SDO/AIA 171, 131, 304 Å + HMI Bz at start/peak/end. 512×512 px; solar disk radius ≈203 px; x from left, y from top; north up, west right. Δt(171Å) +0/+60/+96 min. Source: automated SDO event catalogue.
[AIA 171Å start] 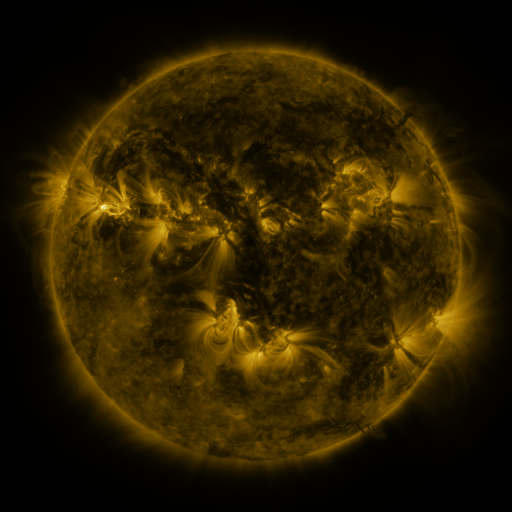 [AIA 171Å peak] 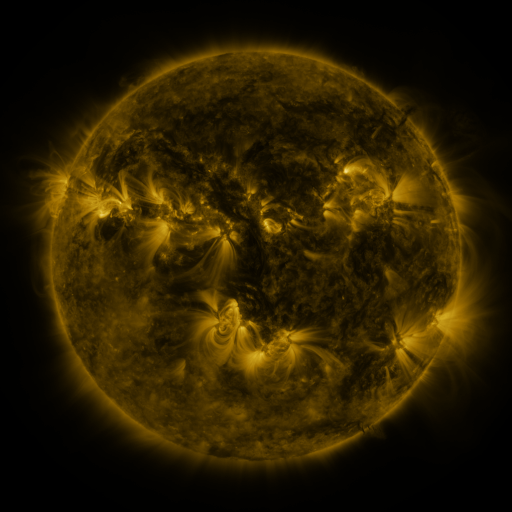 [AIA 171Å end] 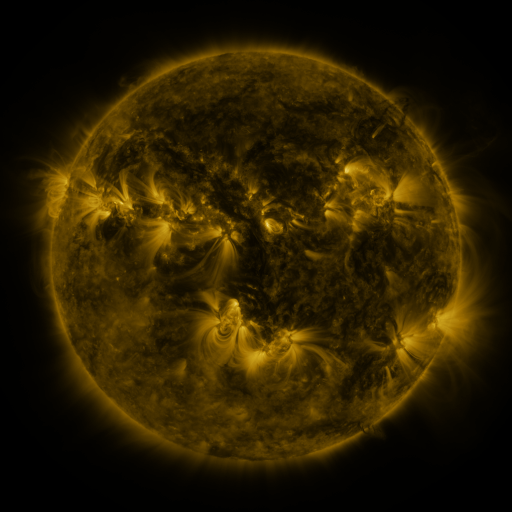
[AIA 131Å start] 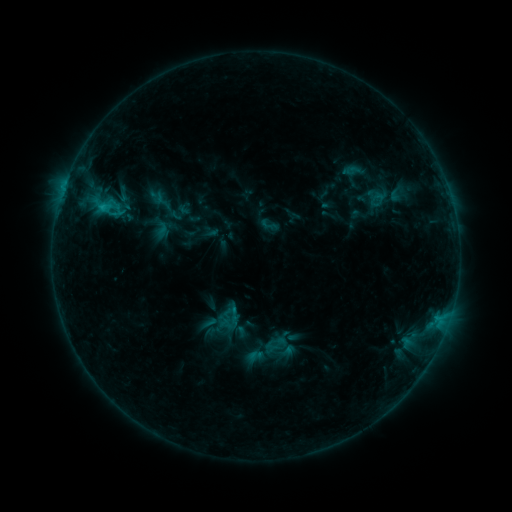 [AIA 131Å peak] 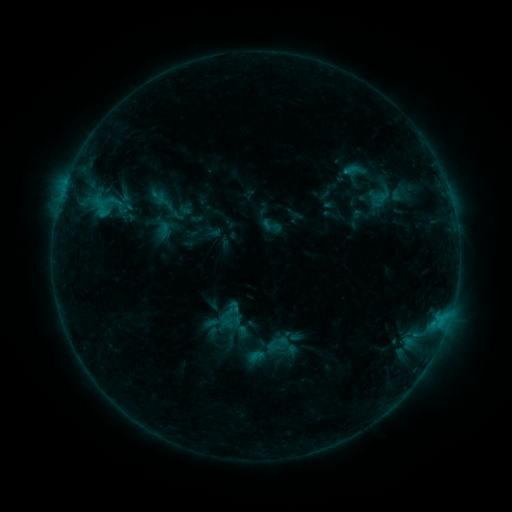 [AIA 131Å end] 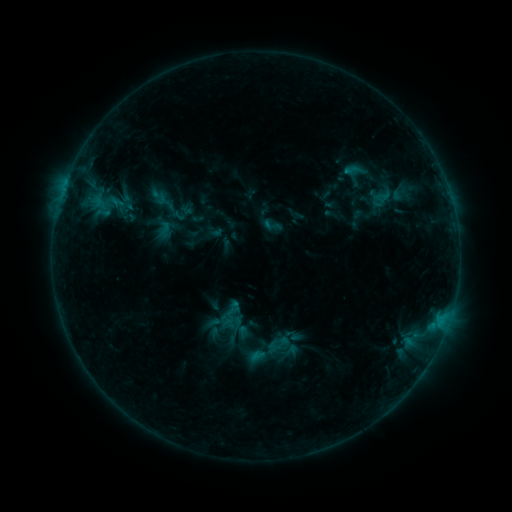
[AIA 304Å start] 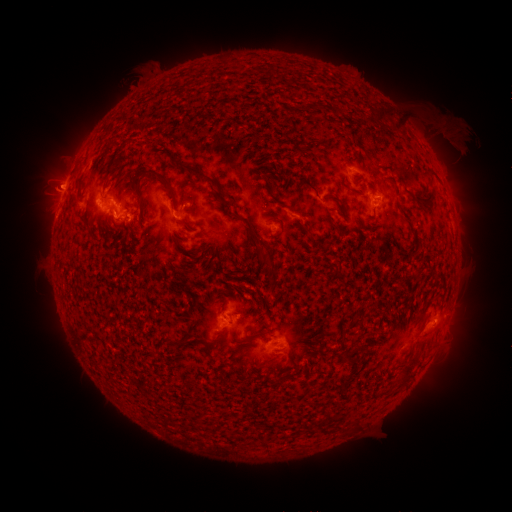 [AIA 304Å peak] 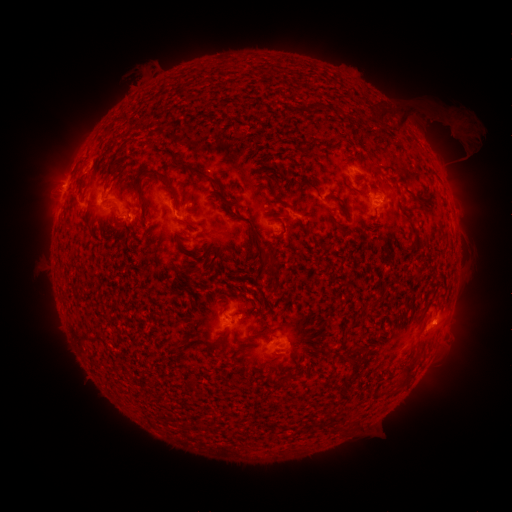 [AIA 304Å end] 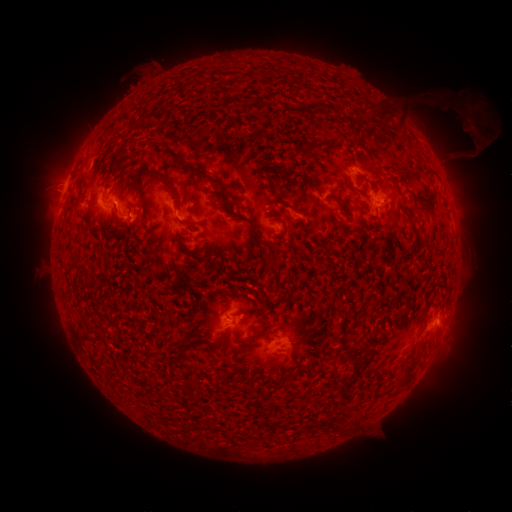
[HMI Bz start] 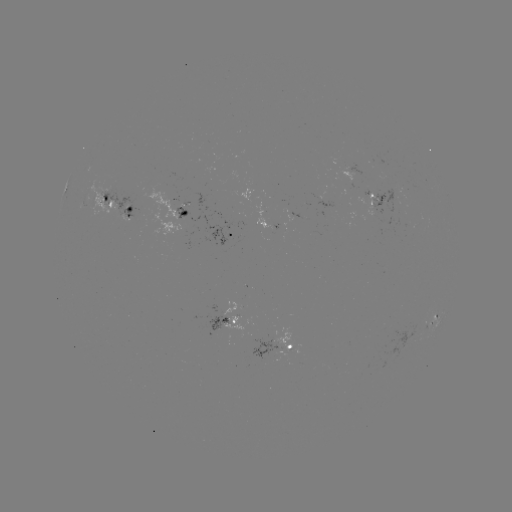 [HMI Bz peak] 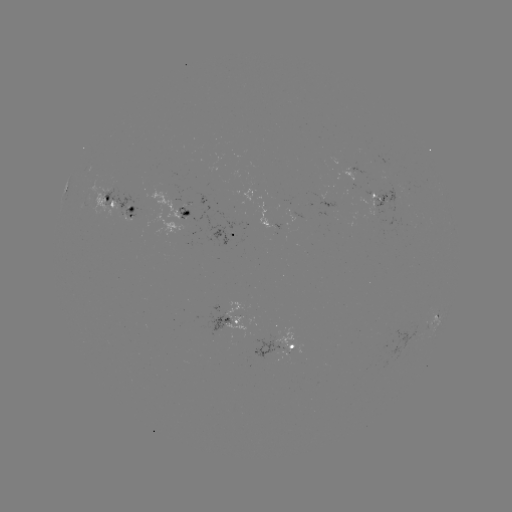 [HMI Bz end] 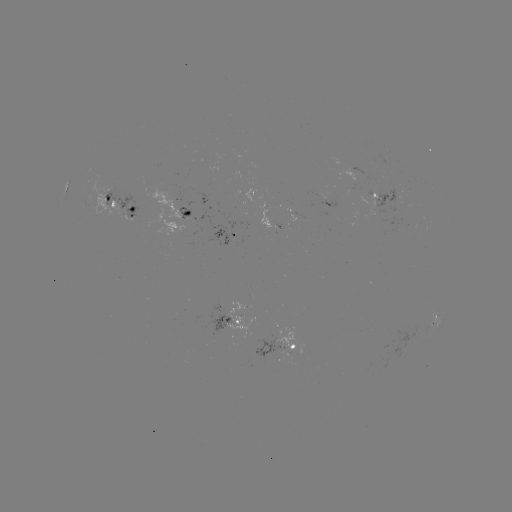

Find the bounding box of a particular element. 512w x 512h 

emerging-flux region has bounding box [360, 191, 378, 216].